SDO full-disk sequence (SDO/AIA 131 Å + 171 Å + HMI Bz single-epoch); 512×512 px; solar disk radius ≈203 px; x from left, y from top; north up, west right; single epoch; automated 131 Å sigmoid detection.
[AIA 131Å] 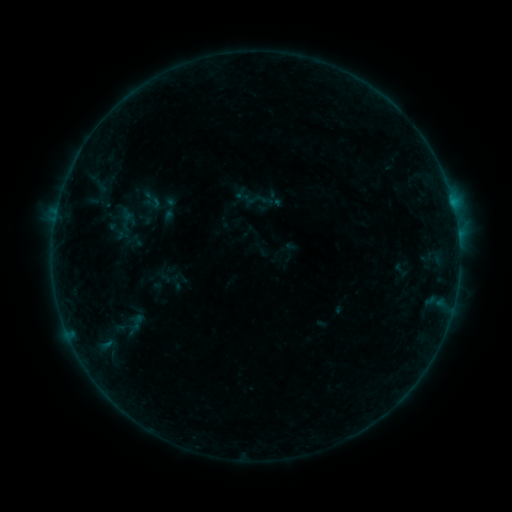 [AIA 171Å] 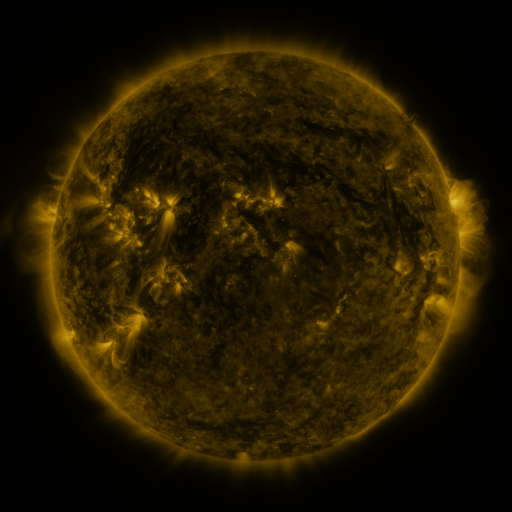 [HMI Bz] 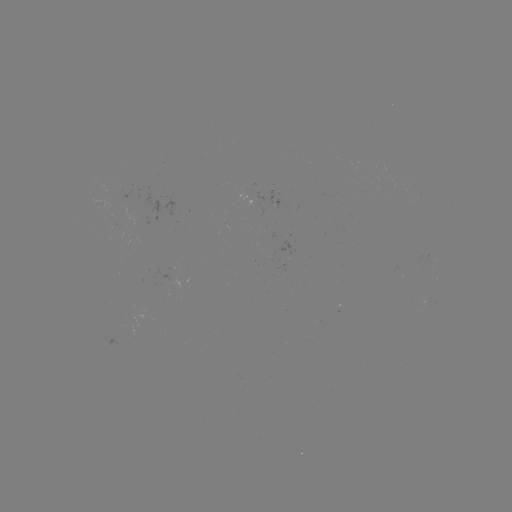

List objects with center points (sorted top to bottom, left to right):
sigmoid: [138, 186, 163, 212]
sigmoid: [124, 313, 150, 331]
